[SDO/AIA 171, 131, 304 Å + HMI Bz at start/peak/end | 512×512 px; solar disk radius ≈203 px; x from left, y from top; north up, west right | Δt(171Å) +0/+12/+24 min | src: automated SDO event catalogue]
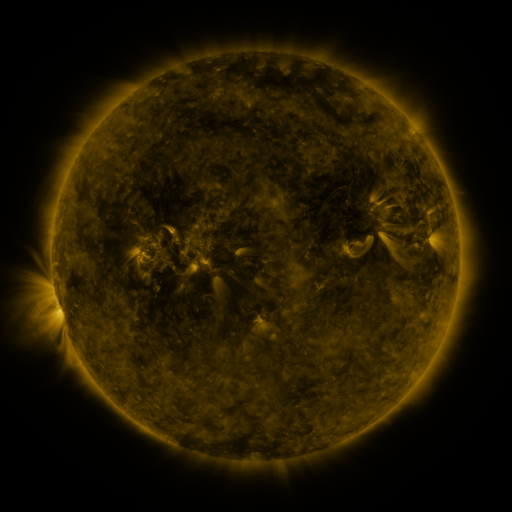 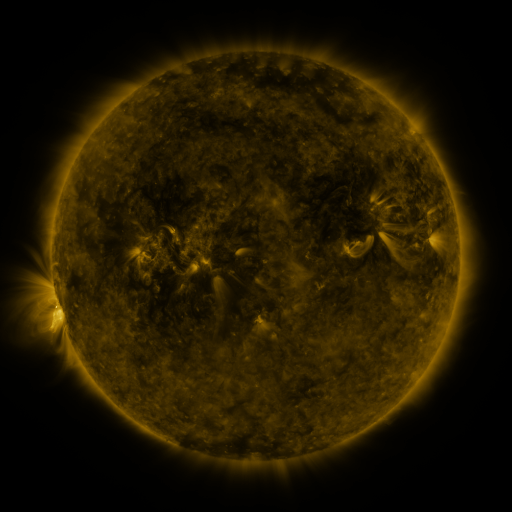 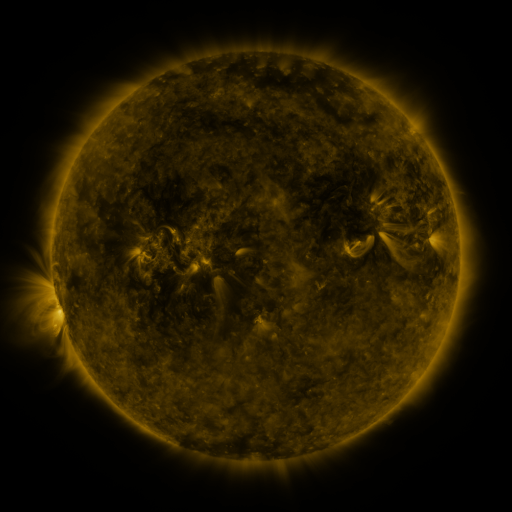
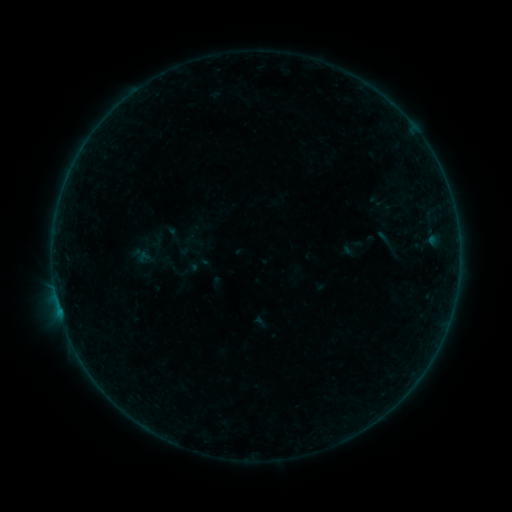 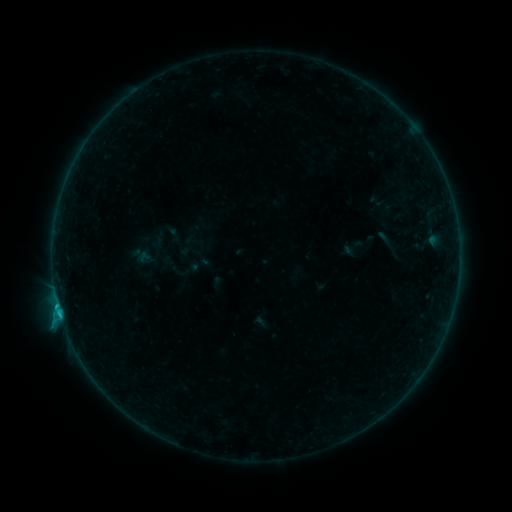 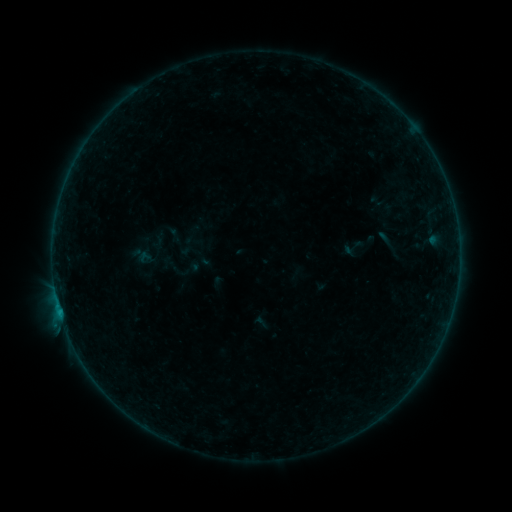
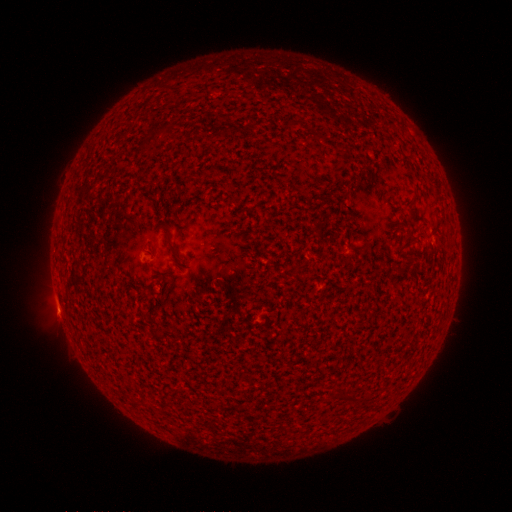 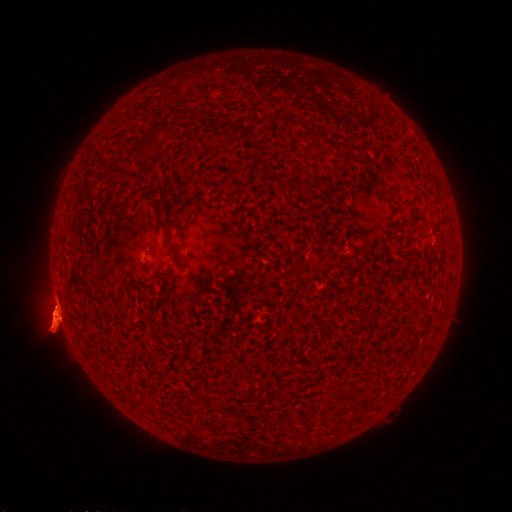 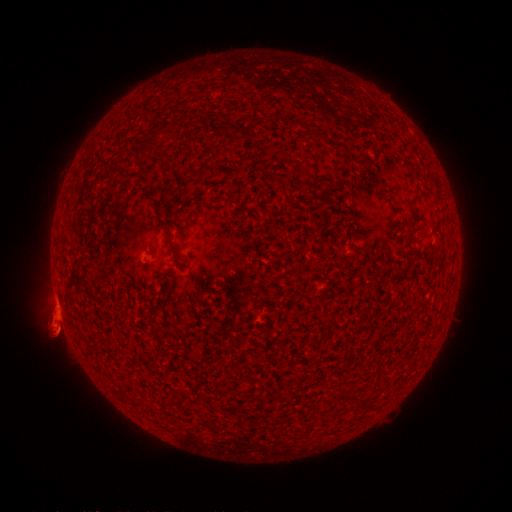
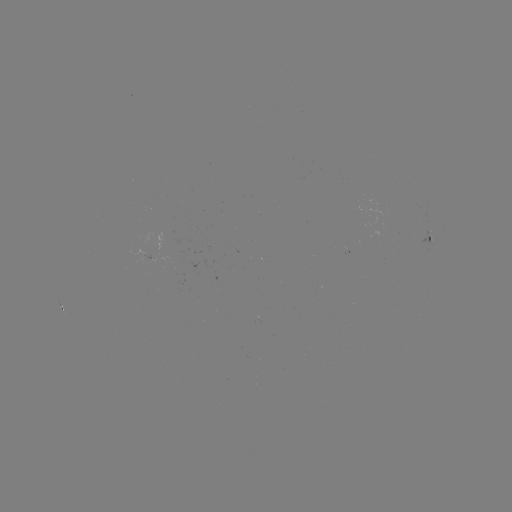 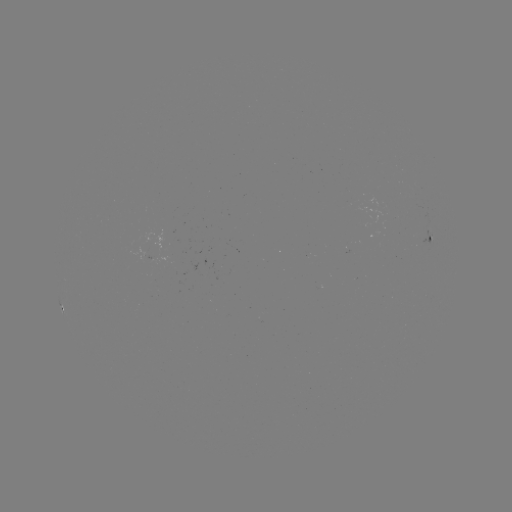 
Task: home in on B5.4 flare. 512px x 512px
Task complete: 60,312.